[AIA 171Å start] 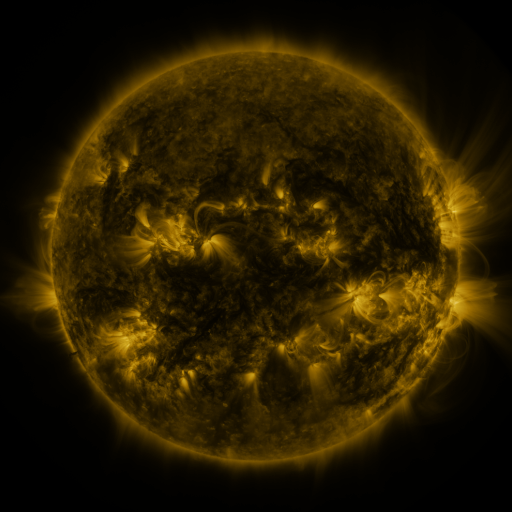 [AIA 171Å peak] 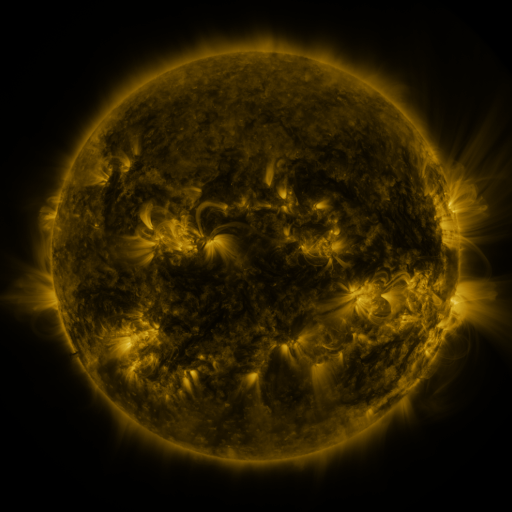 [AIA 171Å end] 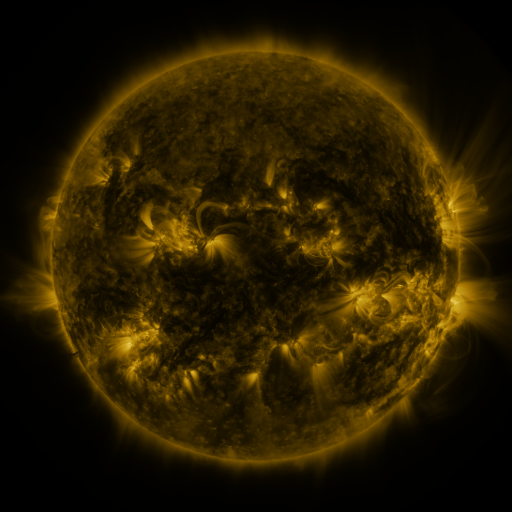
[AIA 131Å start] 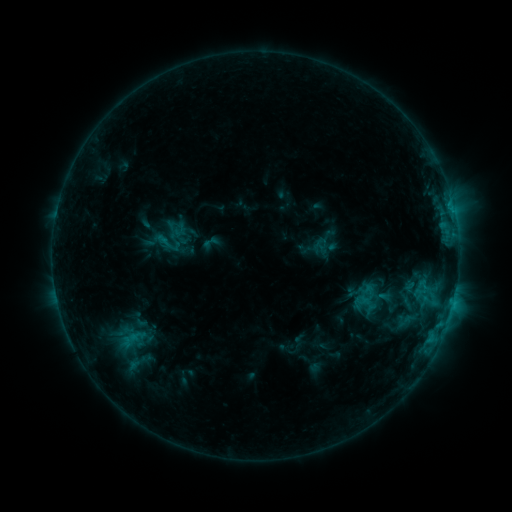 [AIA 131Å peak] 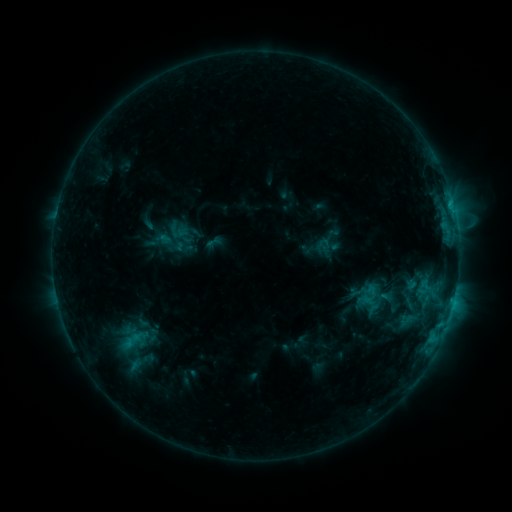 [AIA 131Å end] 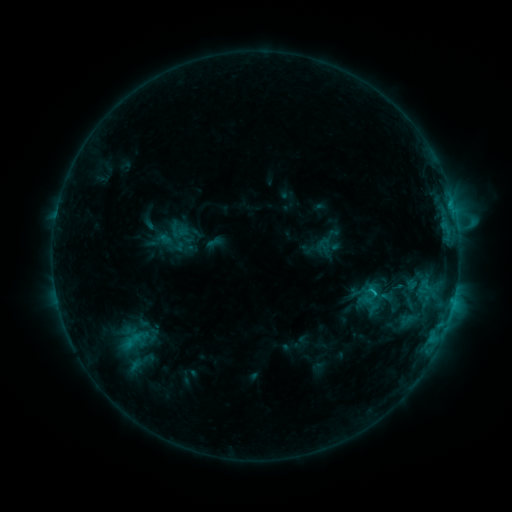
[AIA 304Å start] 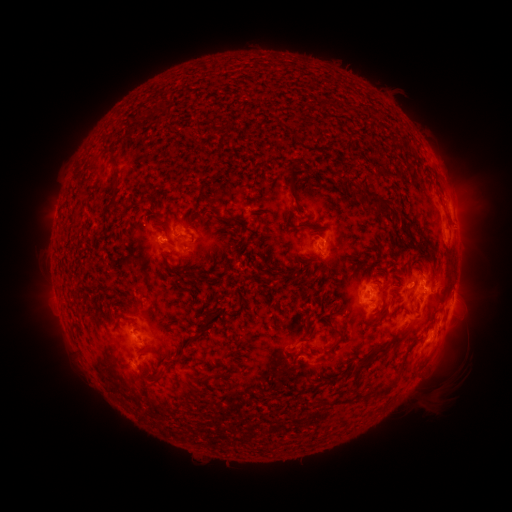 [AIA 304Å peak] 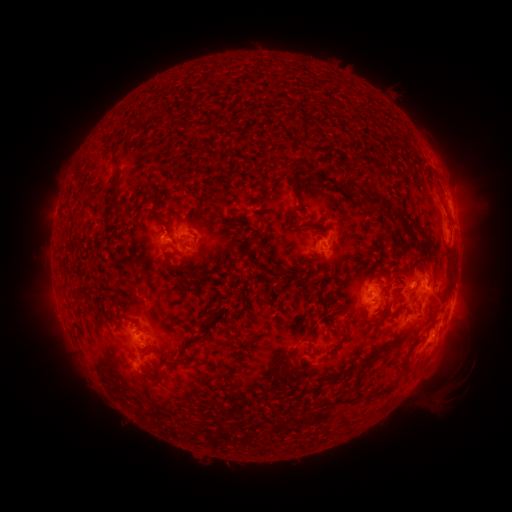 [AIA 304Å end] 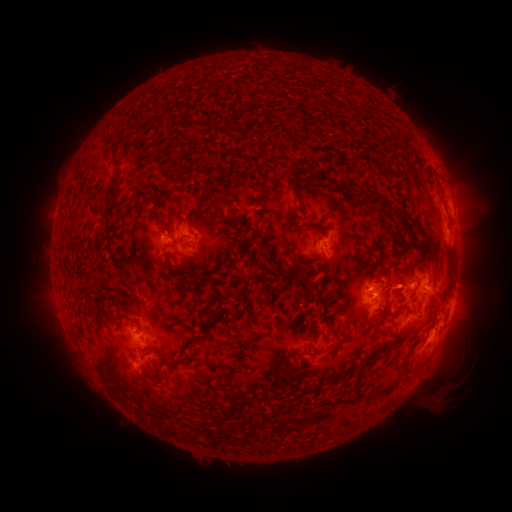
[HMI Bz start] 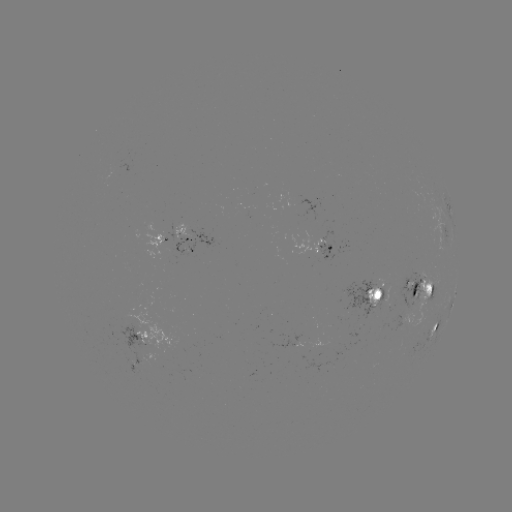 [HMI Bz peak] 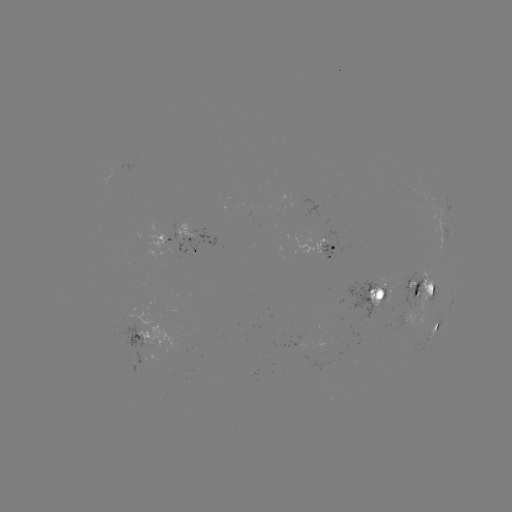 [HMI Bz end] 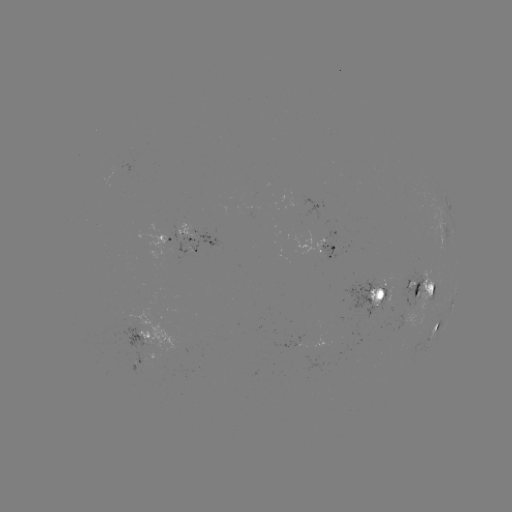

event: emerging-flux region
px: (401, 324)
